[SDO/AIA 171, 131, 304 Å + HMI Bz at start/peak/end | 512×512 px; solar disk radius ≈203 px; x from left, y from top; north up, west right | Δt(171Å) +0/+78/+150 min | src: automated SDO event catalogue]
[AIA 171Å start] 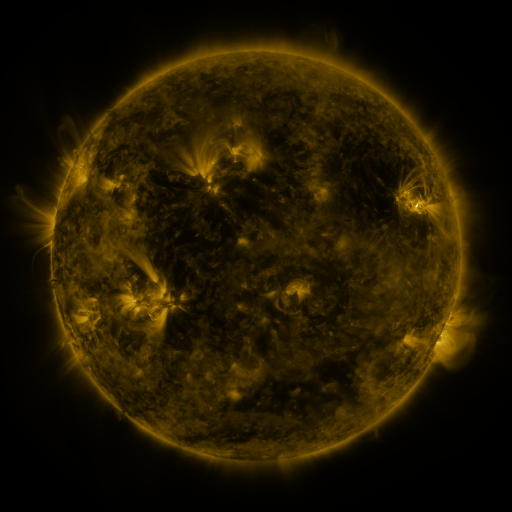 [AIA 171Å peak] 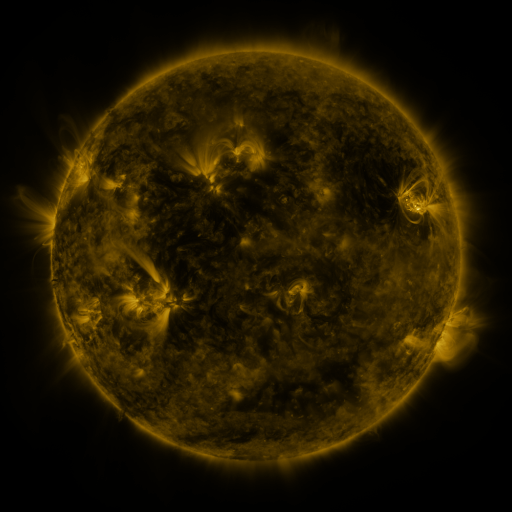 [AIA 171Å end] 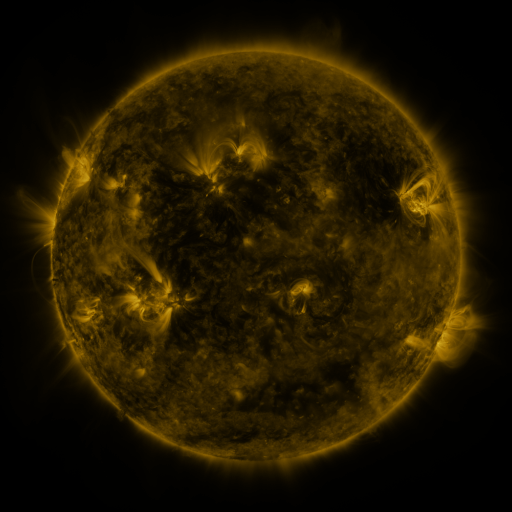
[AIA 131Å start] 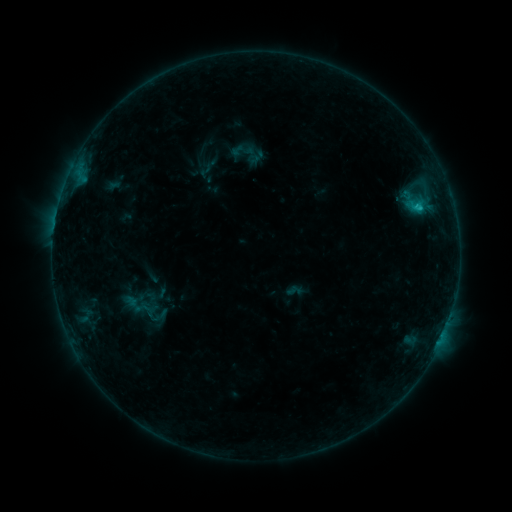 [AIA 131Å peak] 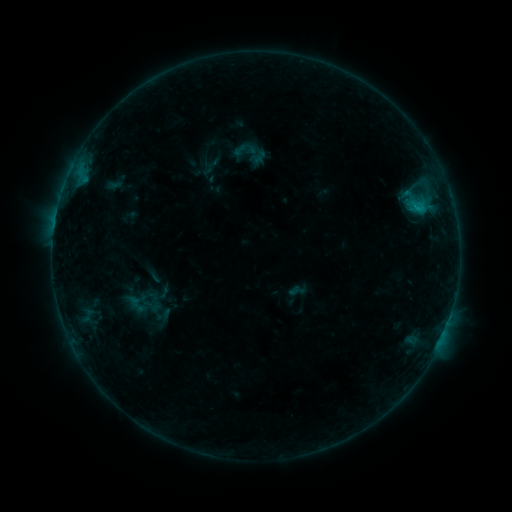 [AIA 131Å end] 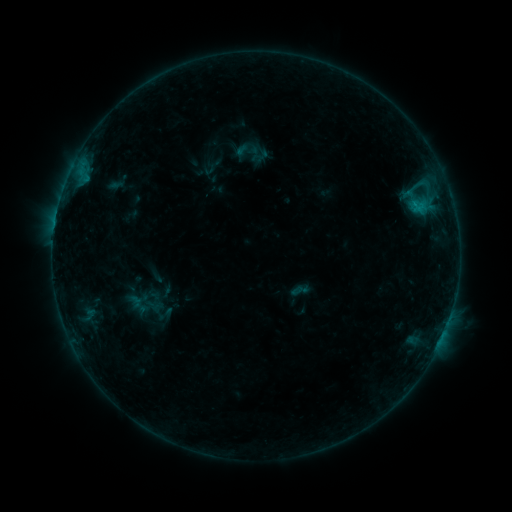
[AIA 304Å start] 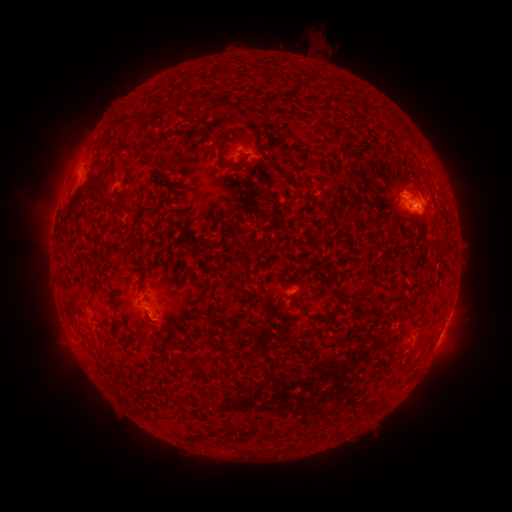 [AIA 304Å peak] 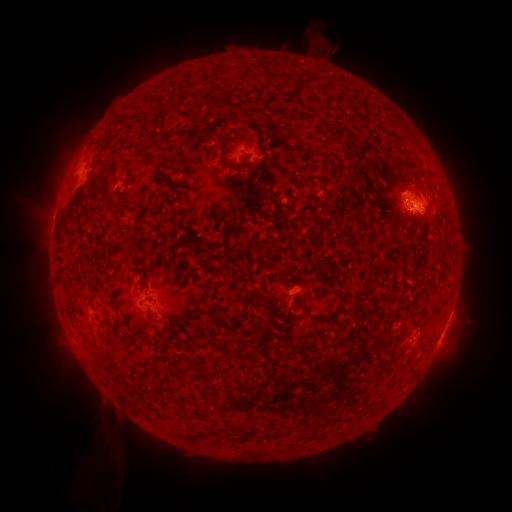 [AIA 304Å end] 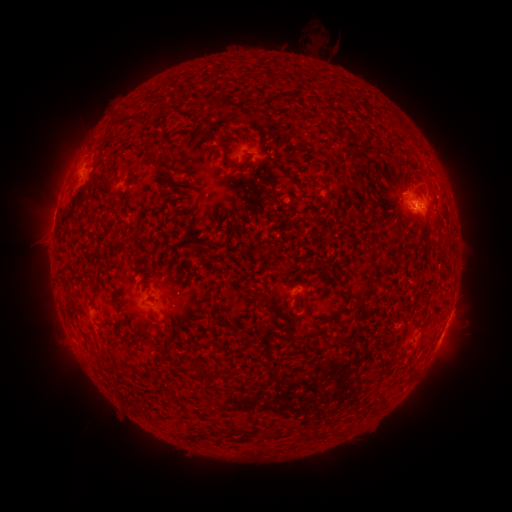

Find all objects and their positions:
filament eruption: (99, 451)
